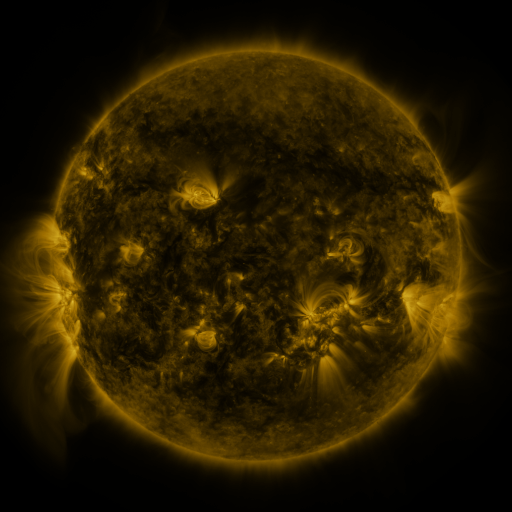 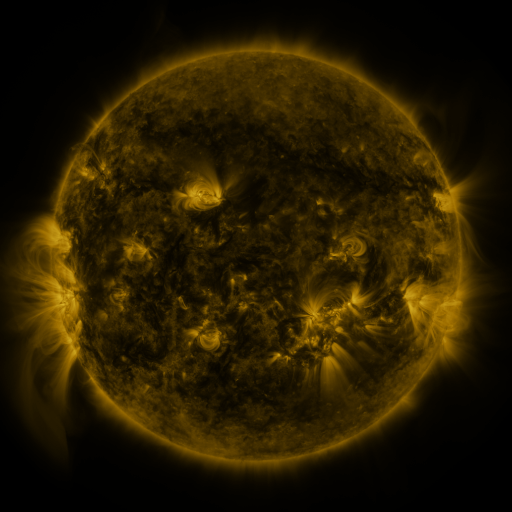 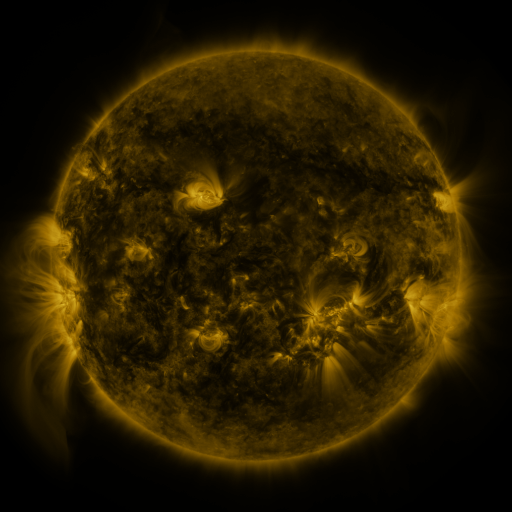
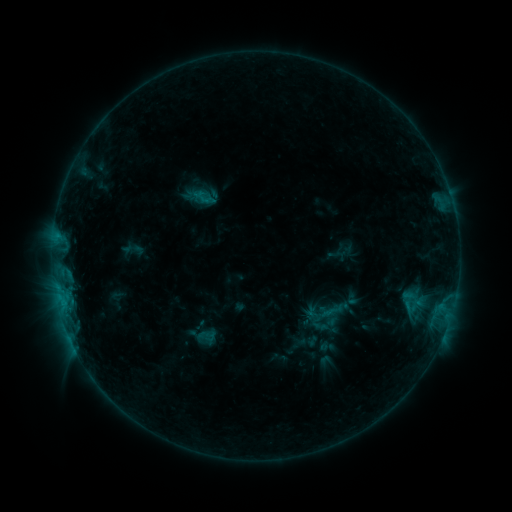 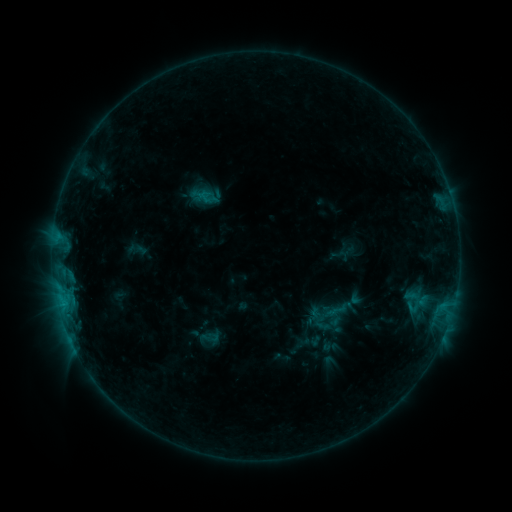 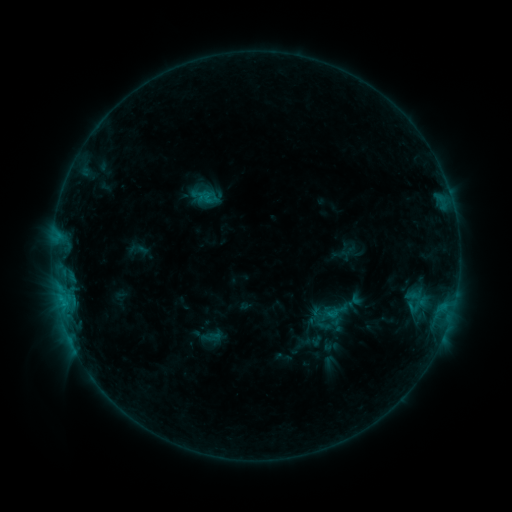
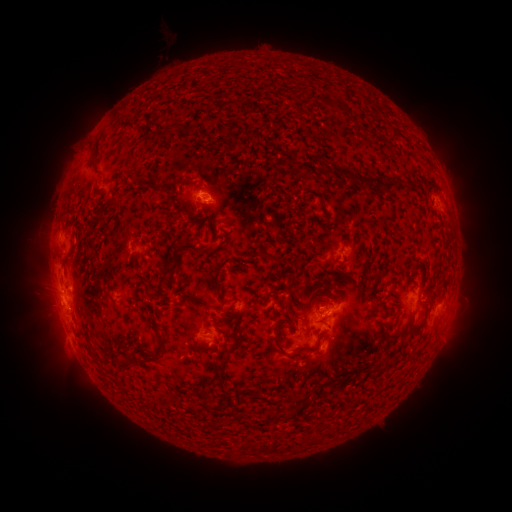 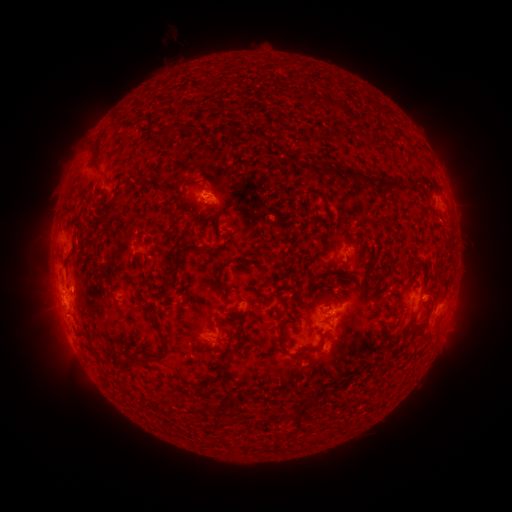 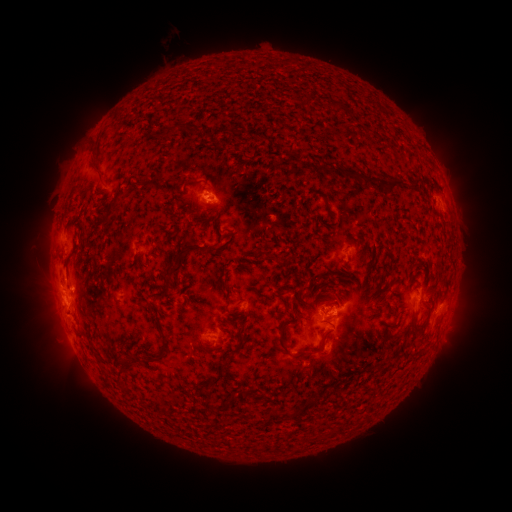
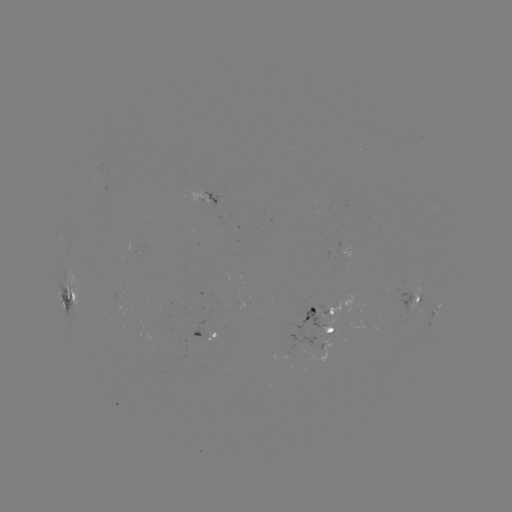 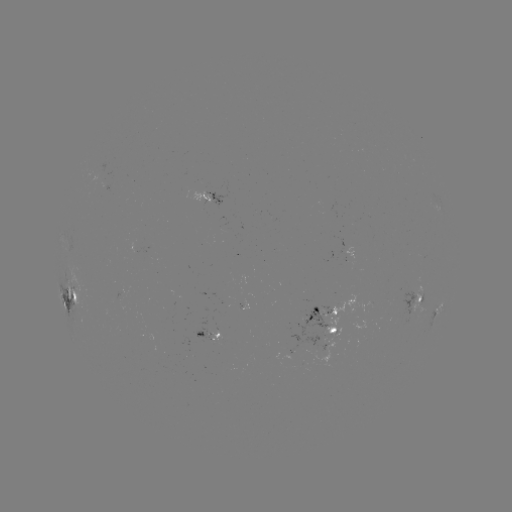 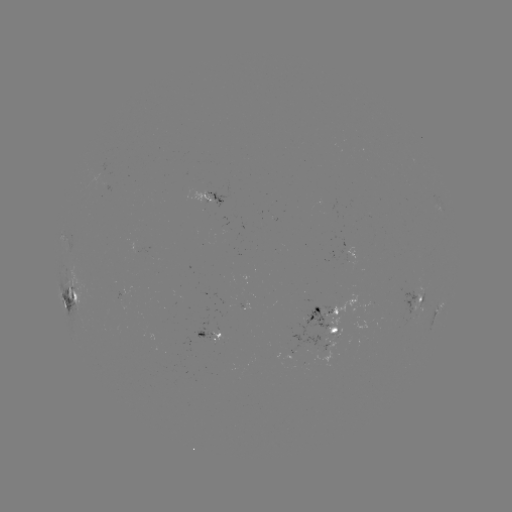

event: emerging-flux region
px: (318, 319)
